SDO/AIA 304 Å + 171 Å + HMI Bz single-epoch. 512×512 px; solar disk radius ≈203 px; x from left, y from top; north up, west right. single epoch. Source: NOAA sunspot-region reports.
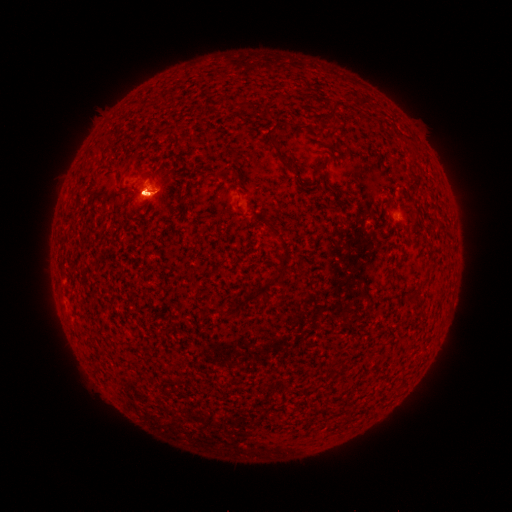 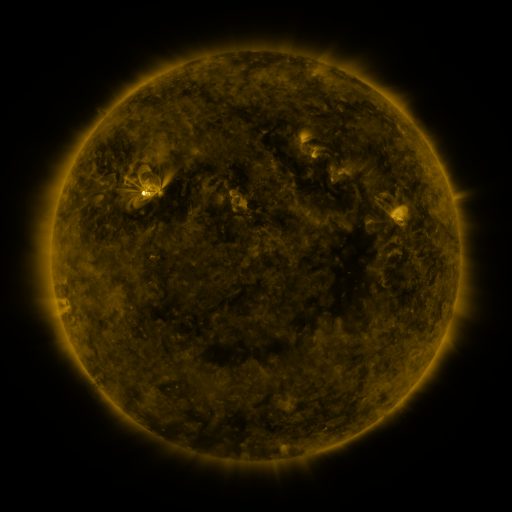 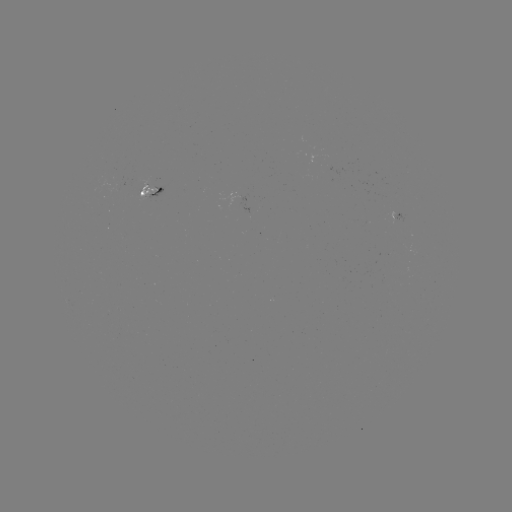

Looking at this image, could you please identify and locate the spotted active region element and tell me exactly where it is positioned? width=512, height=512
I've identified spotted active region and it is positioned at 156,193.